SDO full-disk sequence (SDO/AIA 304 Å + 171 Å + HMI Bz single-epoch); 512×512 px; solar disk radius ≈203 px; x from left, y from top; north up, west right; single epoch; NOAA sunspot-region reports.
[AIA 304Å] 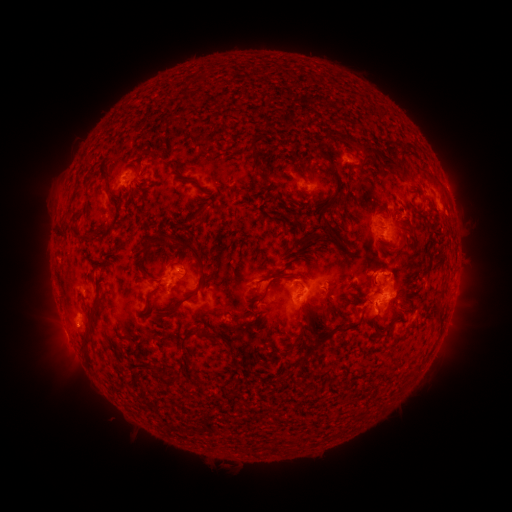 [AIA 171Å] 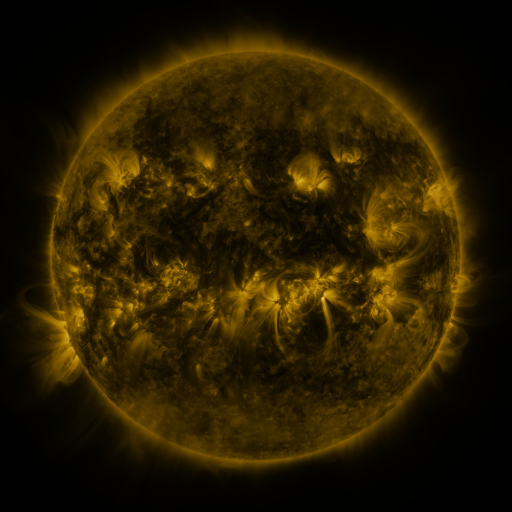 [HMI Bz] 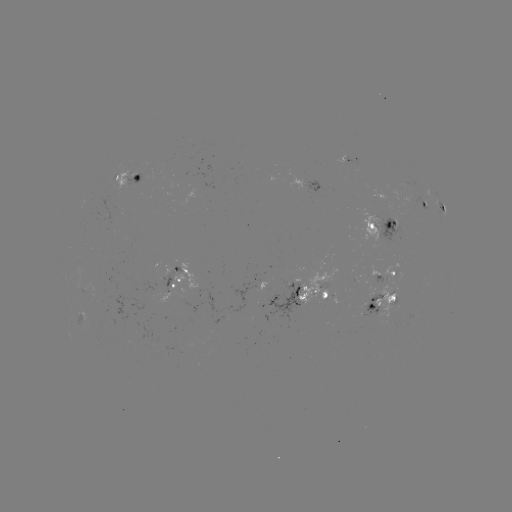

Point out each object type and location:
spotted active region: (349, 161)
spotted active region: (128, 179)
spotted active region: (306, 182)
spotted active region: (424, 204)
spotted active region: (442, 207)
spotted active region: (383, 227)
spotted active region: (385, 273)
spotted active region: (178, 284)
spotted active region: (316, 291)
spotted active region: (384, 298)
